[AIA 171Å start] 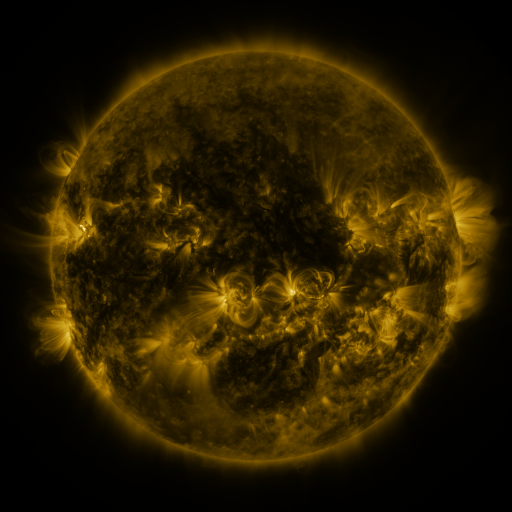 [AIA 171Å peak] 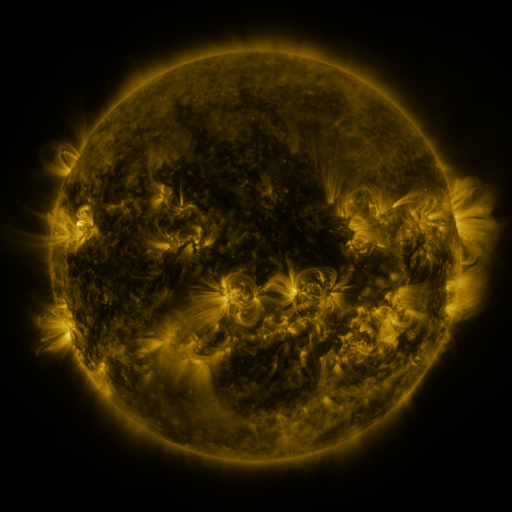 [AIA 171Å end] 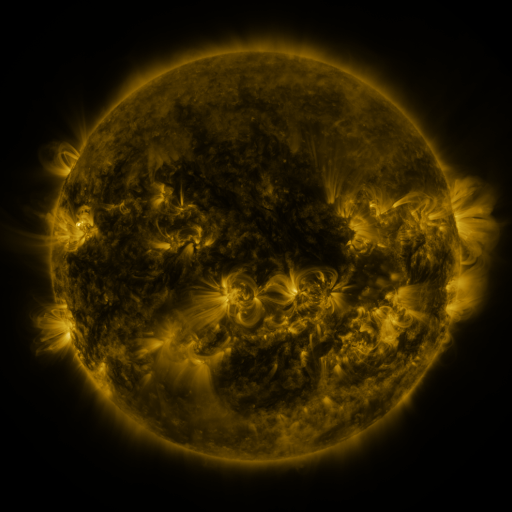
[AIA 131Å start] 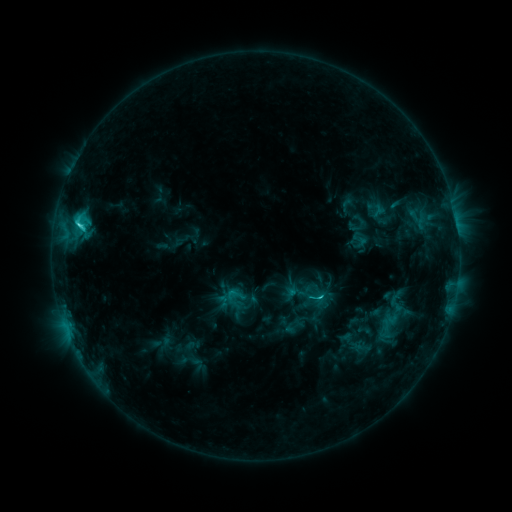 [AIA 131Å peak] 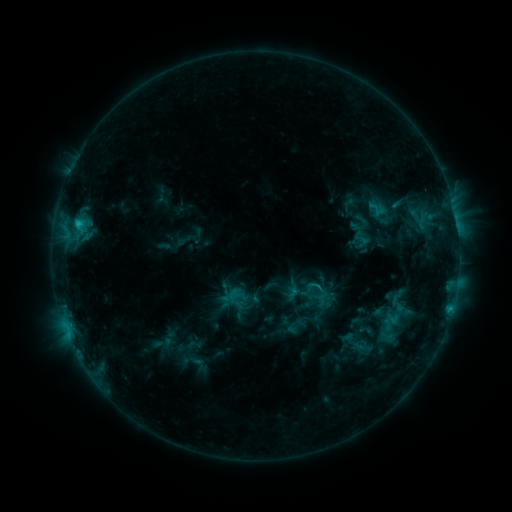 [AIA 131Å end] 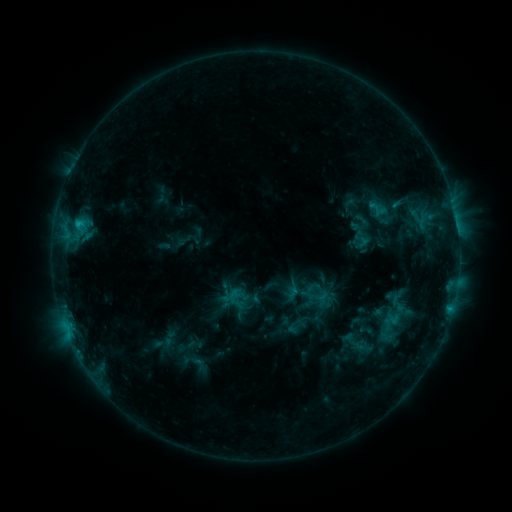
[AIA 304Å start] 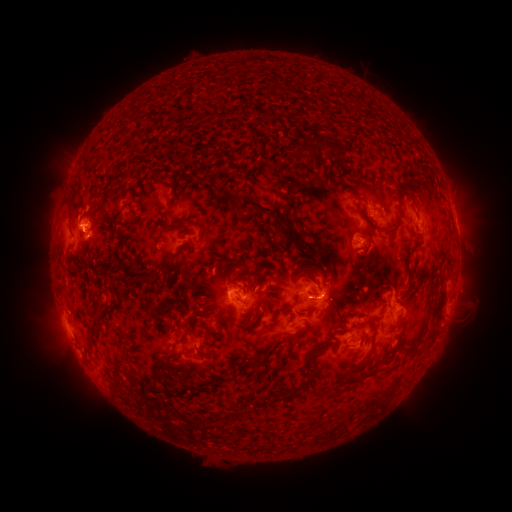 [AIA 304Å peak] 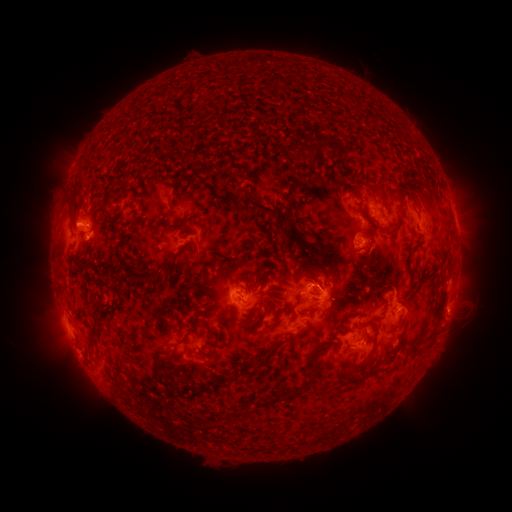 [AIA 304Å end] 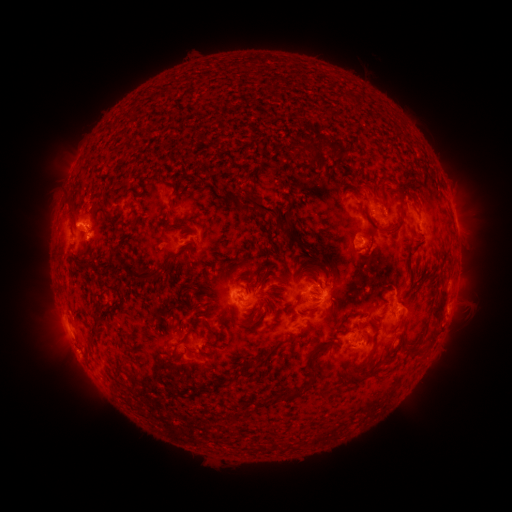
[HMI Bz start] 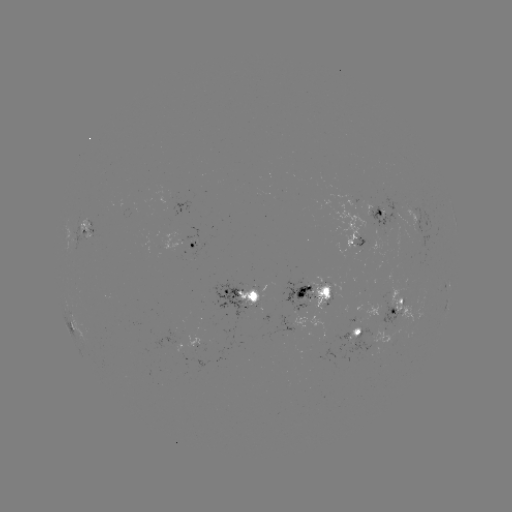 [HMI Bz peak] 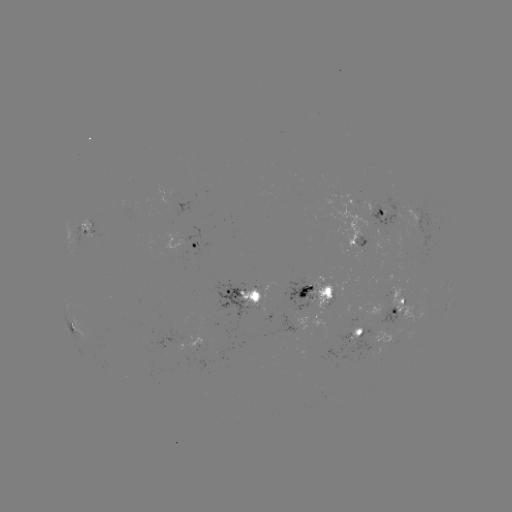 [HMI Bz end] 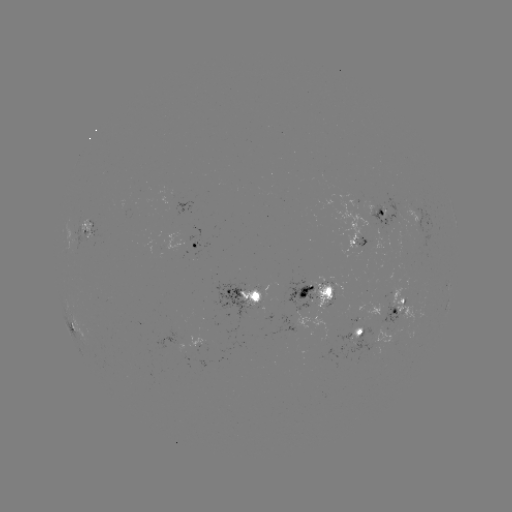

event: emerging-flux region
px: (327, 297)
